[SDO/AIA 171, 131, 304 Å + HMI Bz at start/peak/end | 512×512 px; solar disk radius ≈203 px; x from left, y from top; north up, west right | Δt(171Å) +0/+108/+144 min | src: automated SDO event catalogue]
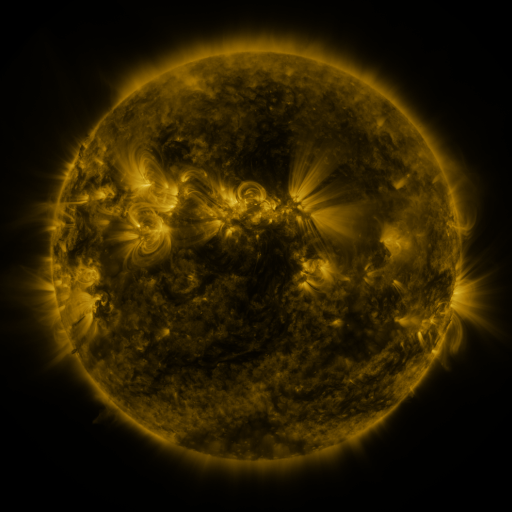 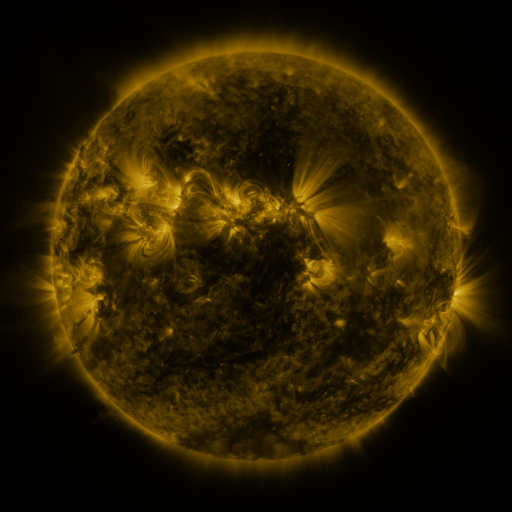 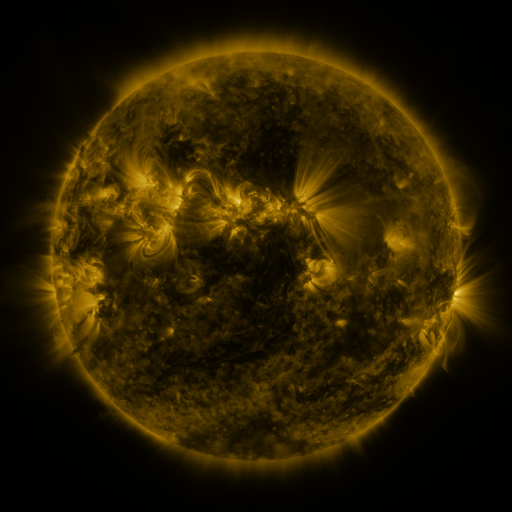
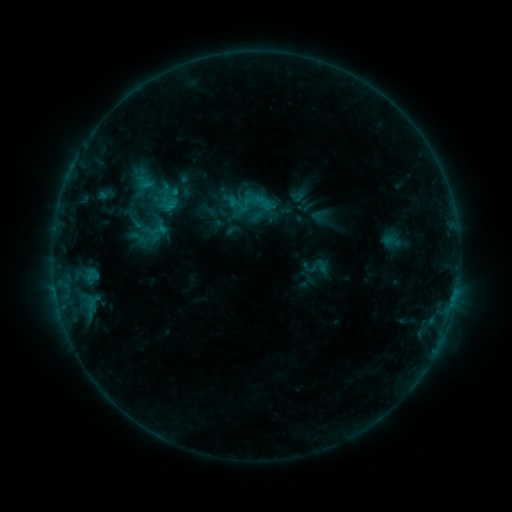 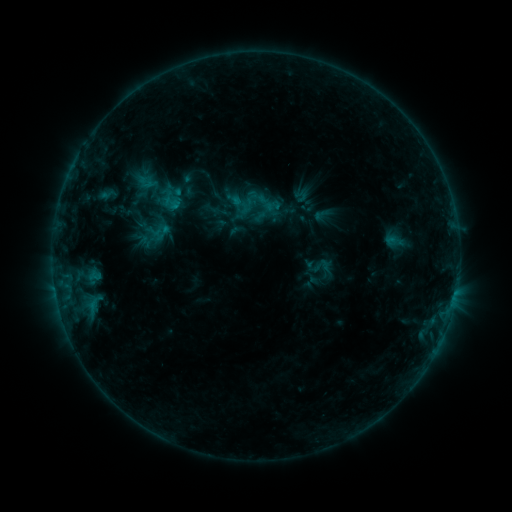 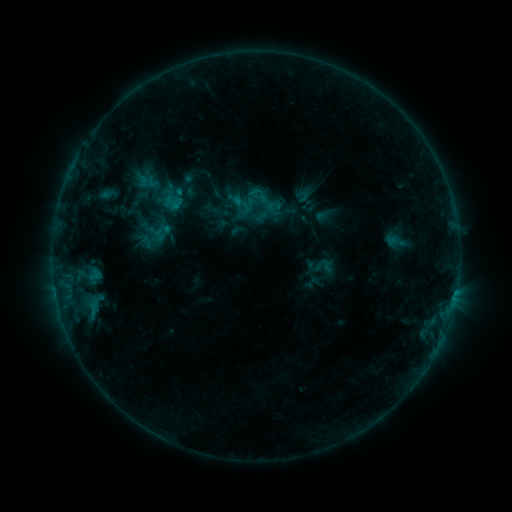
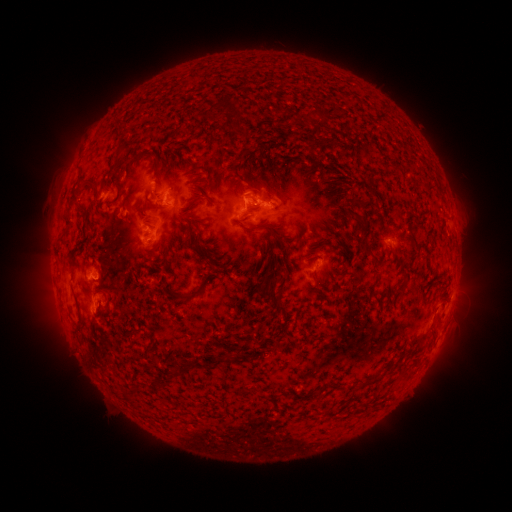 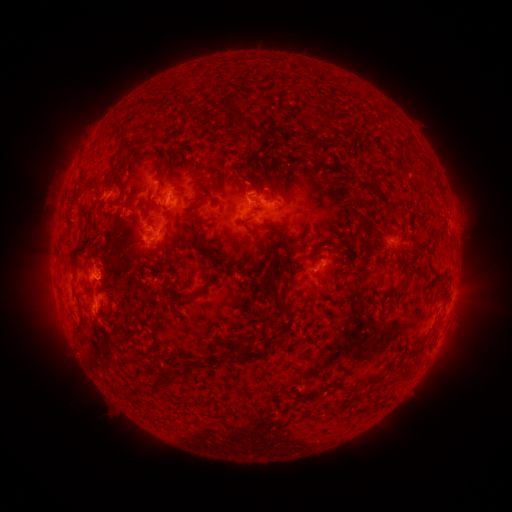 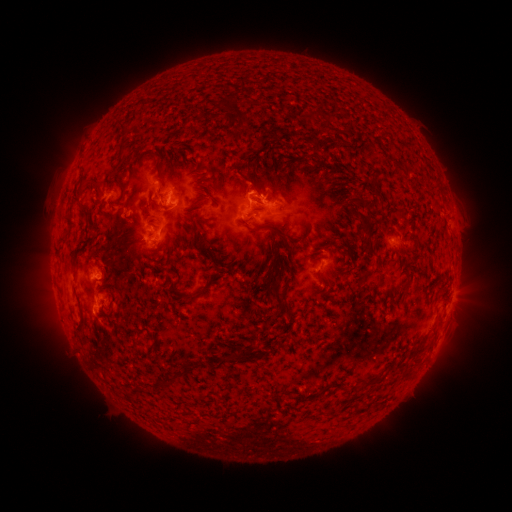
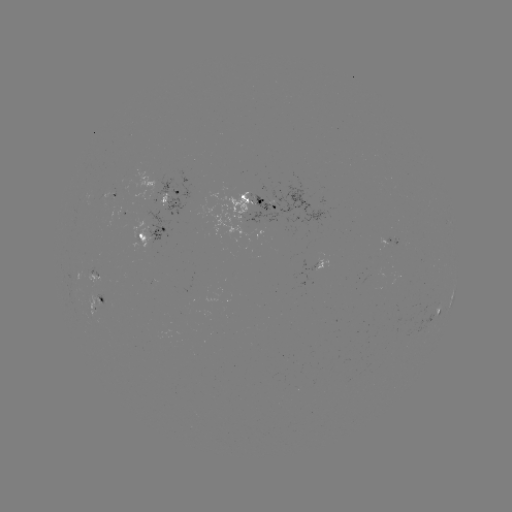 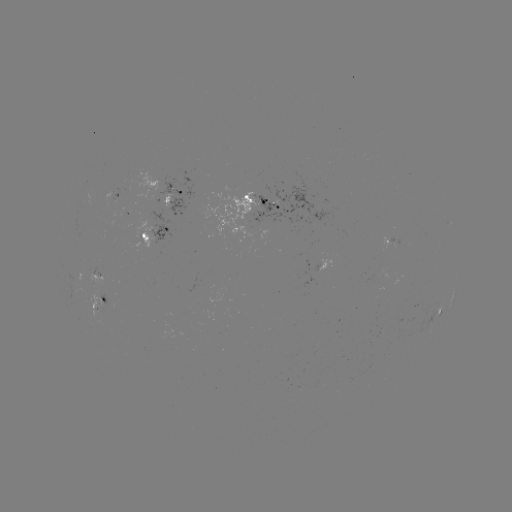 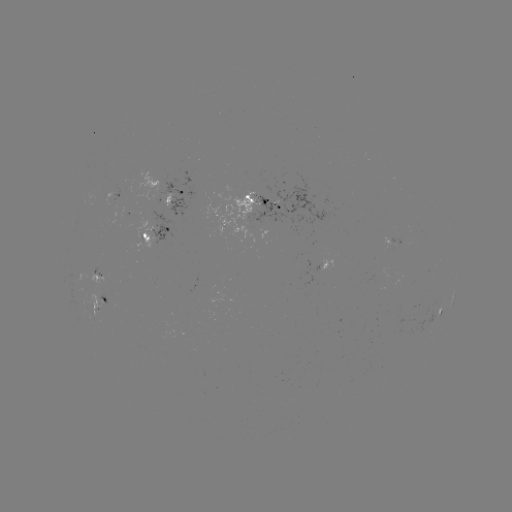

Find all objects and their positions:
emerging-flux region: (110, 193)
